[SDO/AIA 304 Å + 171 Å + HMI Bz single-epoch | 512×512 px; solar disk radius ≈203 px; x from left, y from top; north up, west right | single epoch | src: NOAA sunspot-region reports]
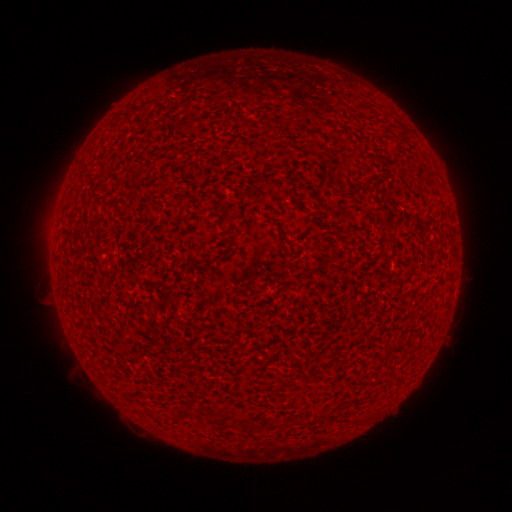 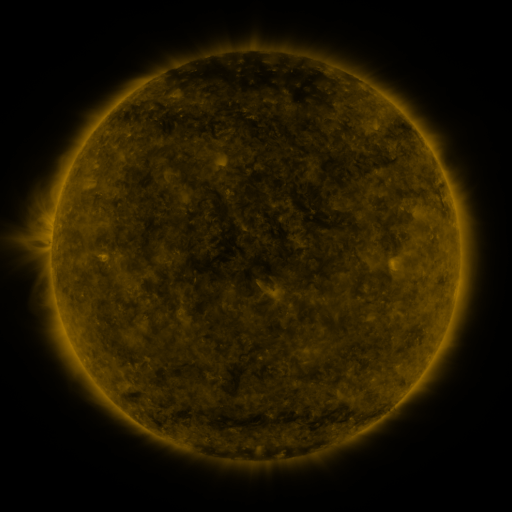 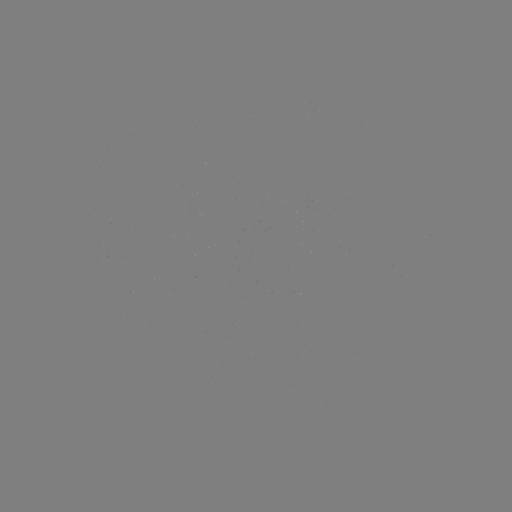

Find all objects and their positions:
(none)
